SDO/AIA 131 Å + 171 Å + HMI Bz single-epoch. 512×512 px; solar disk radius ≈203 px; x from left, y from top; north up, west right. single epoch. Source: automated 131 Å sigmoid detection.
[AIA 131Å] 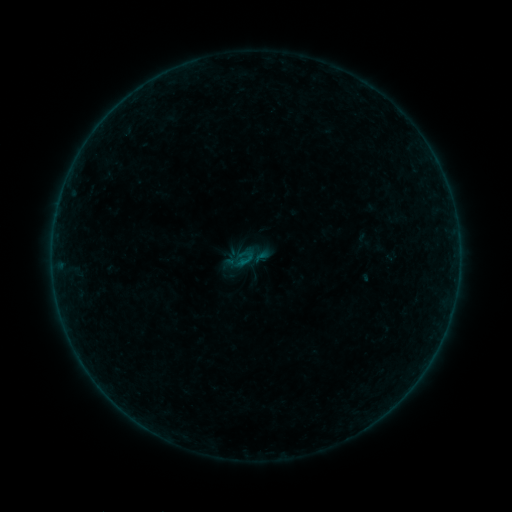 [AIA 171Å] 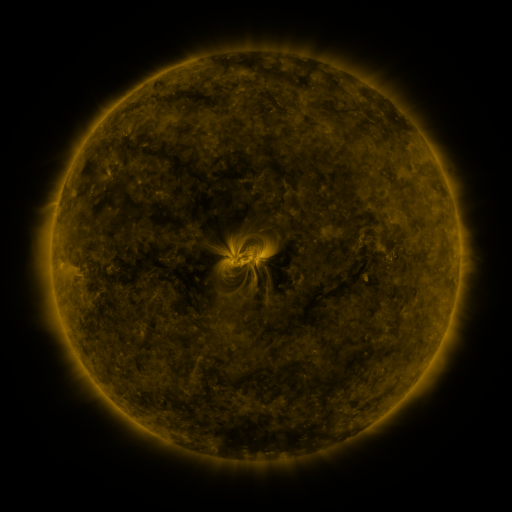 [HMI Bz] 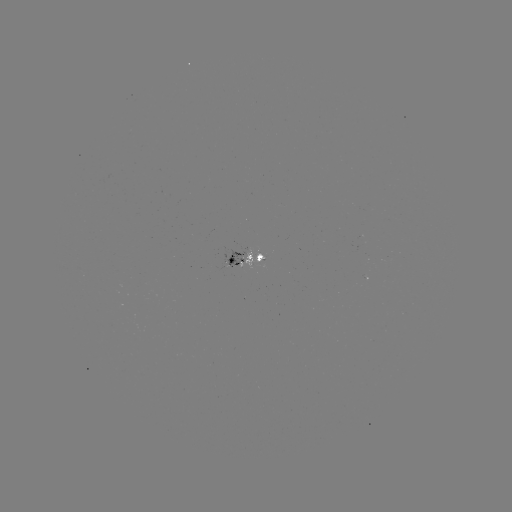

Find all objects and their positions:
sigmoid: (245, 259)
